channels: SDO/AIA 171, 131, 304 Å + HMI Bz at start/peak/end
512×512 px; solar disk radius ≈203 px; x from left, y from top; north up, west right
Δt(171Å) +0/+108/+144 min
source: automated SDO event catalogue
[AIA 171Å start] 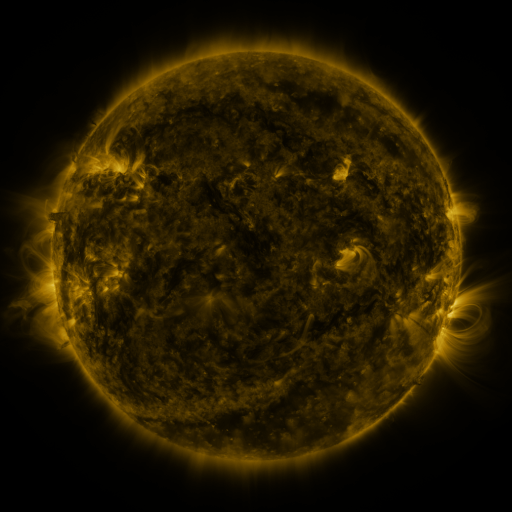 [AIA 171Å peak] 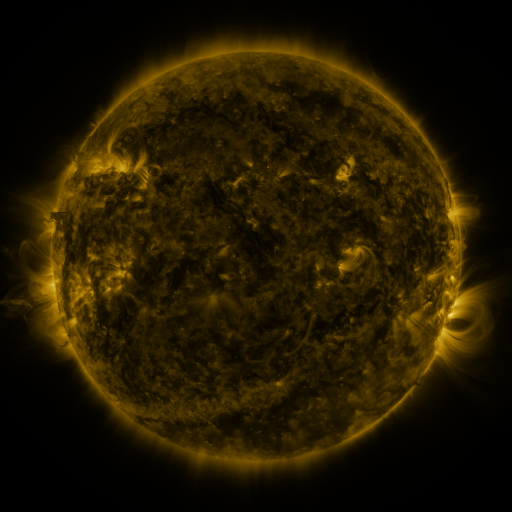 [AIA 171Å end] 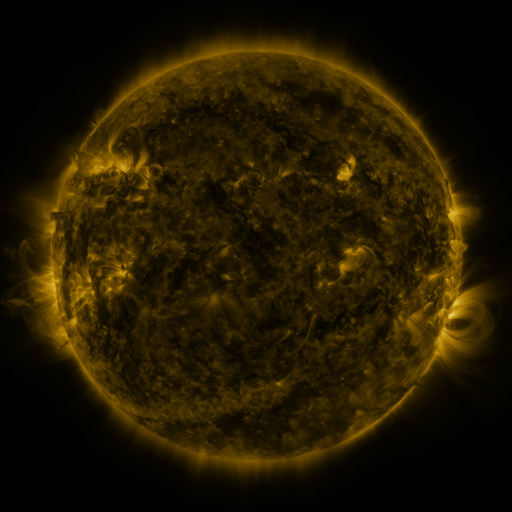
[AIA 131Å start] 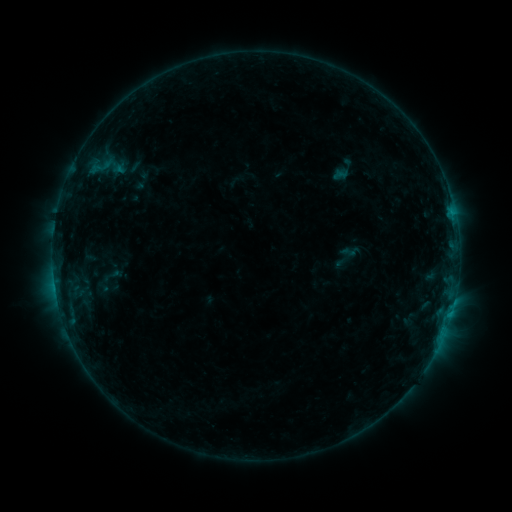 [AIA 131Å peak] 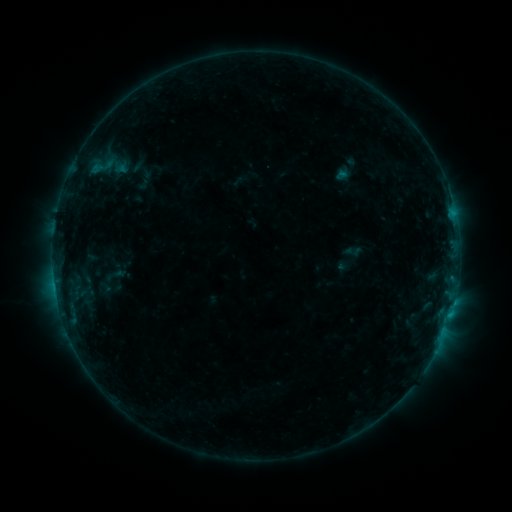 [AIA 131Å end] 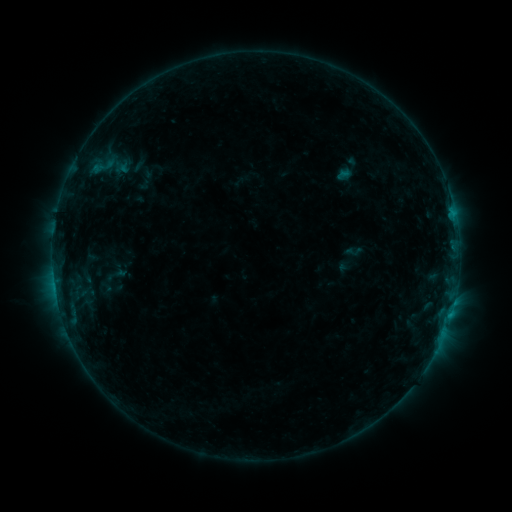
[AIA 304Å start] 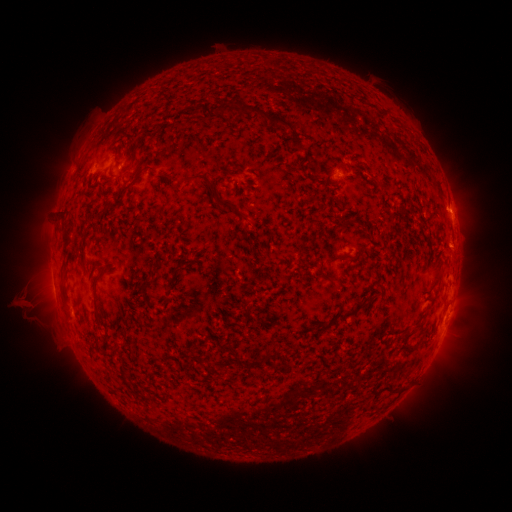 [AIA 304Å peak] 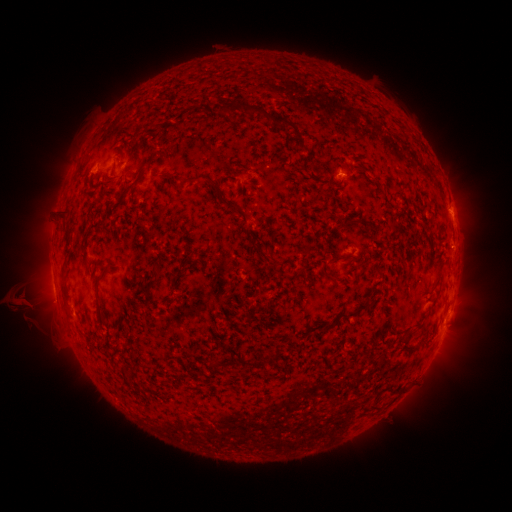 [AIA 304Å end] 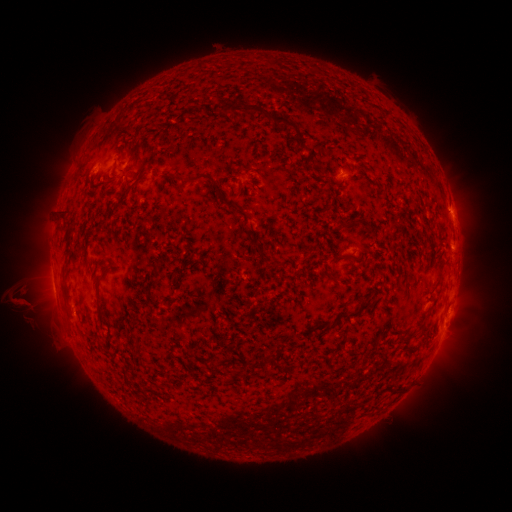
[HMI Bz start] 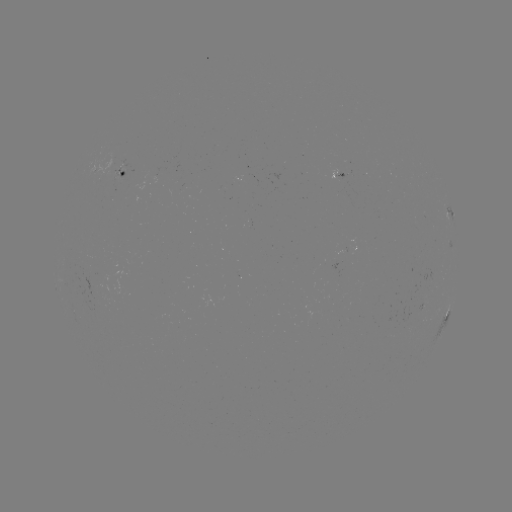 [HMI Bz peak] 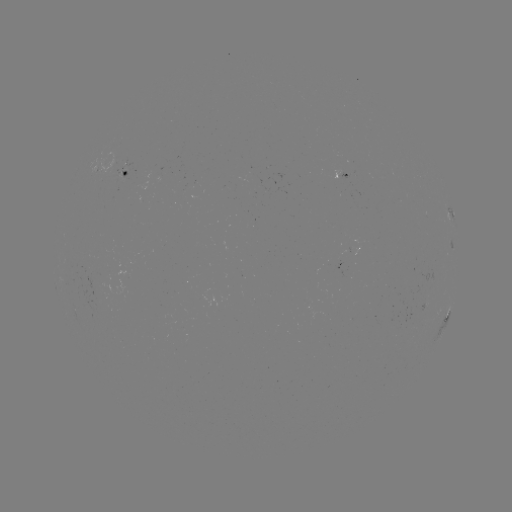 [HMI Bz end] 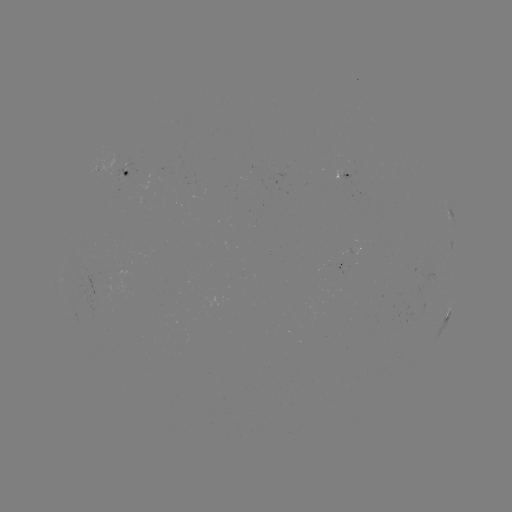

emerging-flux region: <bbox>116, 172, 122, 183</bbox>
